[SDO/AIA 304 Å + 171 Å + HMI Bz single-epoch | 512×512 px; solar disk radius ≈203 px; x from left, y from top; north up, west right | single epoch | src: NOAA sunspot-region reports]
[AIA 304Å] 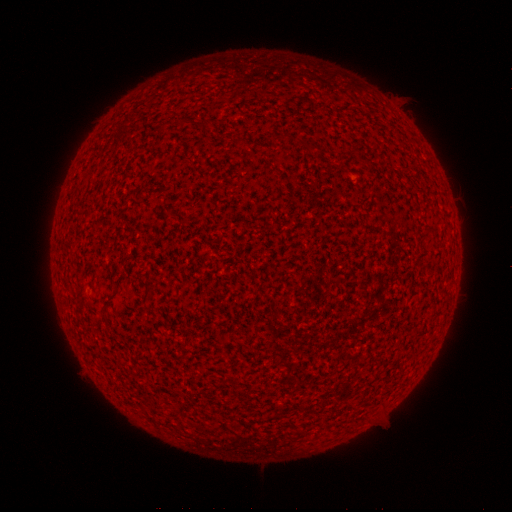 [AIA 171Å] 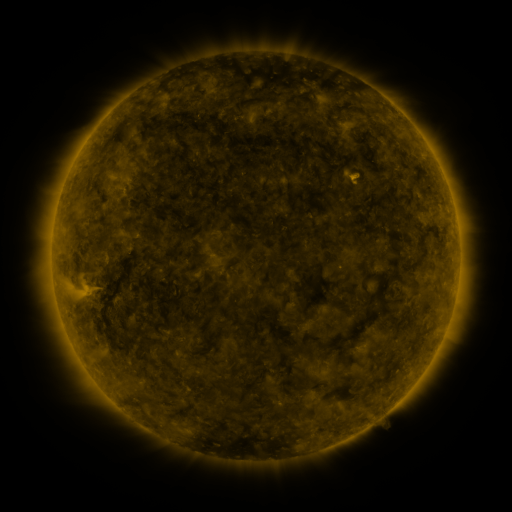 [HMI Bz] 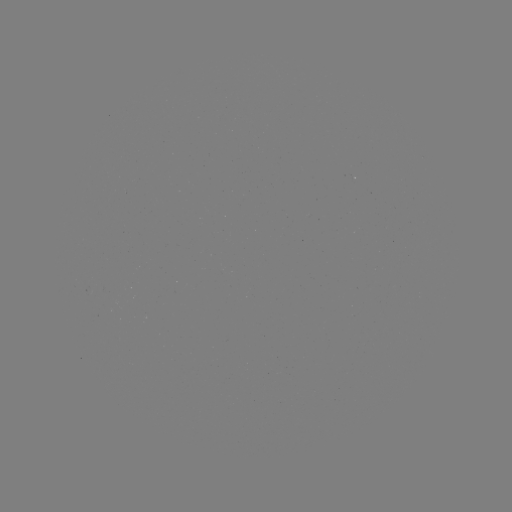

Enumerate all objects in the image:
(none)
